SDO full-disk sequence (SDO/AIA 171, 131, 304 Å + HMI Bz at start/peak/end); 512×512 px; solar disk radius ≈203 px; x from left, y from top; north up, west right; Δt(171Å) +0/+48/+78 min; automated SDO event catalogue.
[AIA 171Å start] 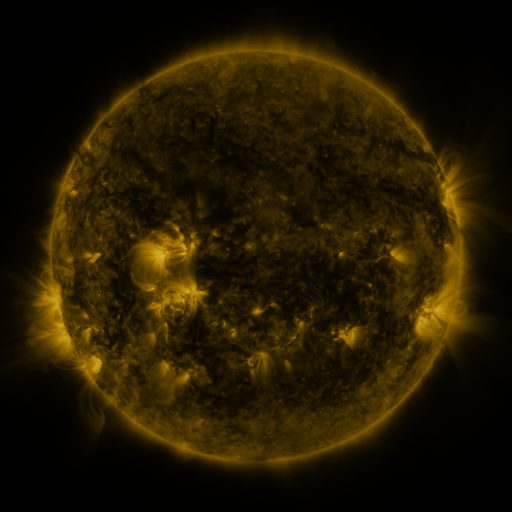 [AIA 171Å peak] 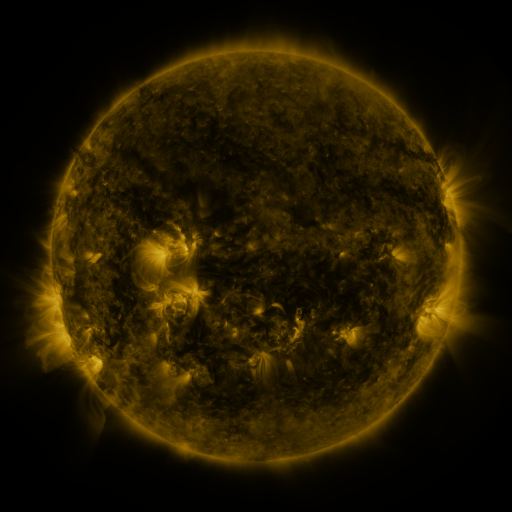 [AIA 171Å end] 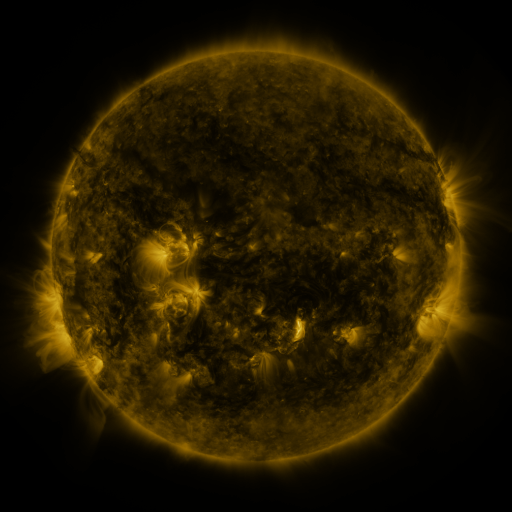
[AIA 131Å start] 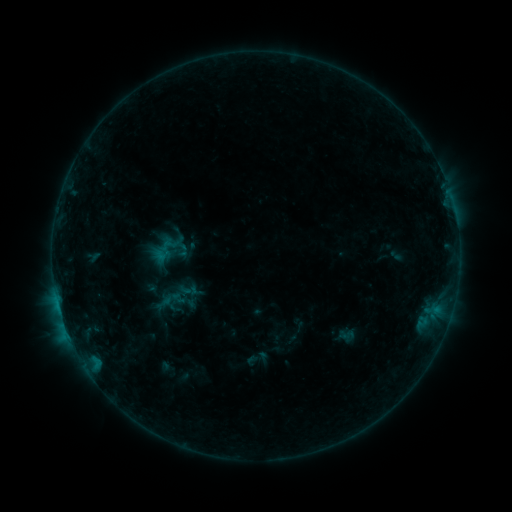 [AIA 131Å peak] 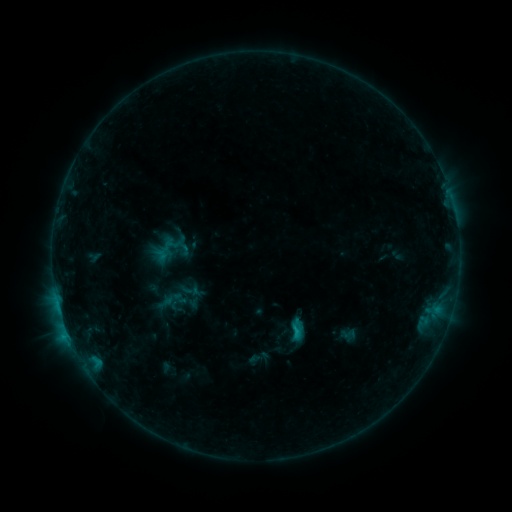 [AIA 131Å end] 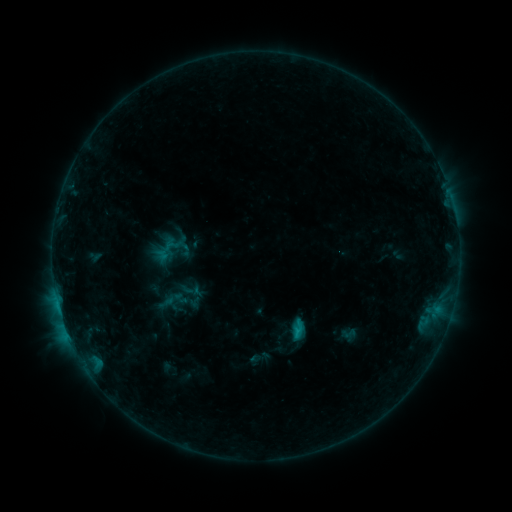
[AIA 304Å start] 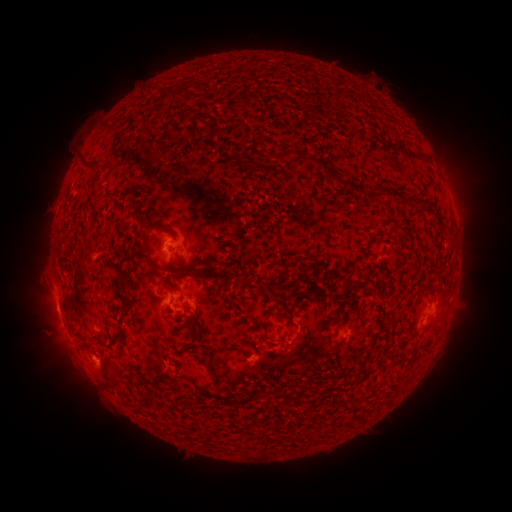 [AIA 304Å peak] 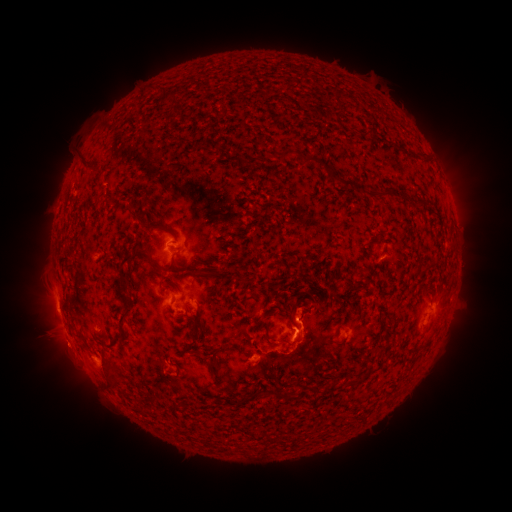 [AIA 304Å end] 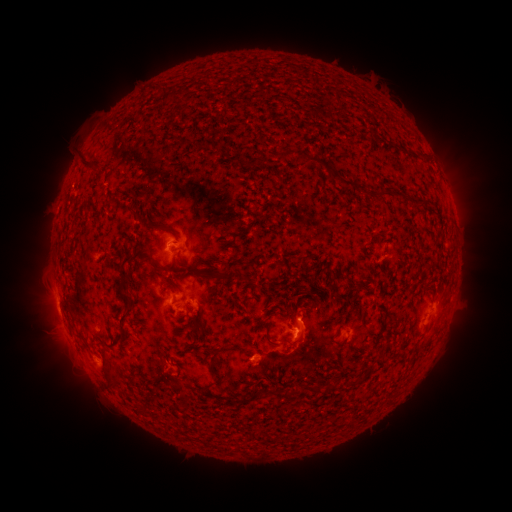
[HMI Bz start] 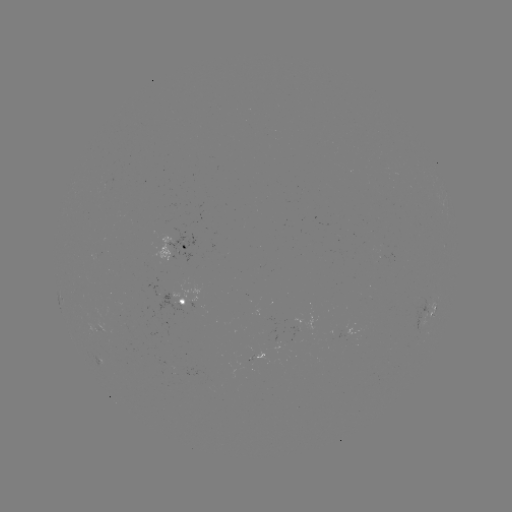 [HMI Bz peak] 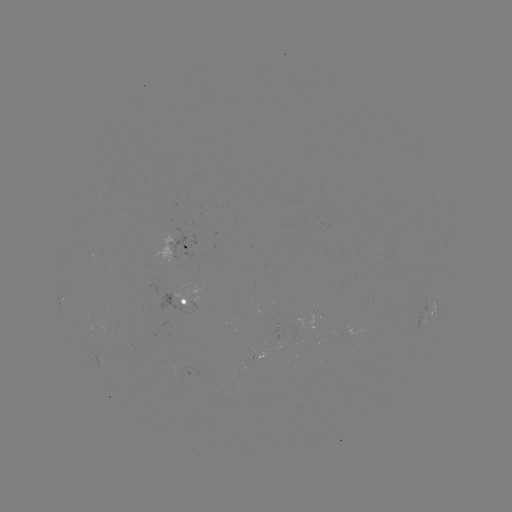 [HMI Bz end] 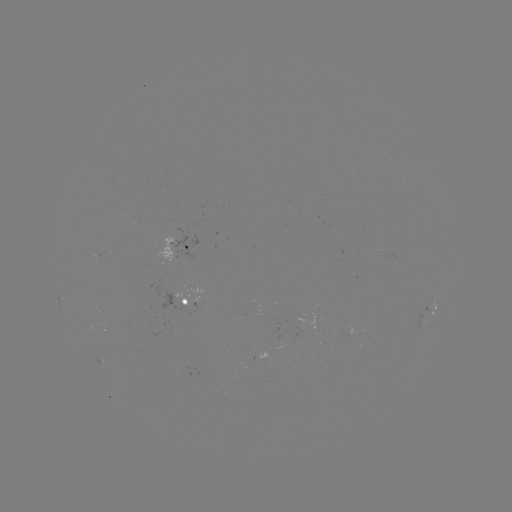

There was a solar flare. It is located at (296, 330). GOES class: C1.1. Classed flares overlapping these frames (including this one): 1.